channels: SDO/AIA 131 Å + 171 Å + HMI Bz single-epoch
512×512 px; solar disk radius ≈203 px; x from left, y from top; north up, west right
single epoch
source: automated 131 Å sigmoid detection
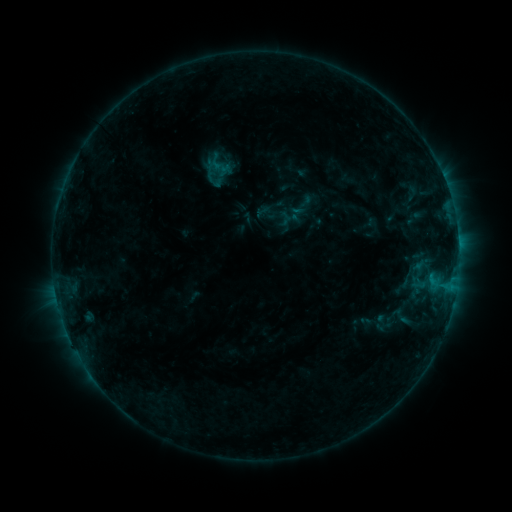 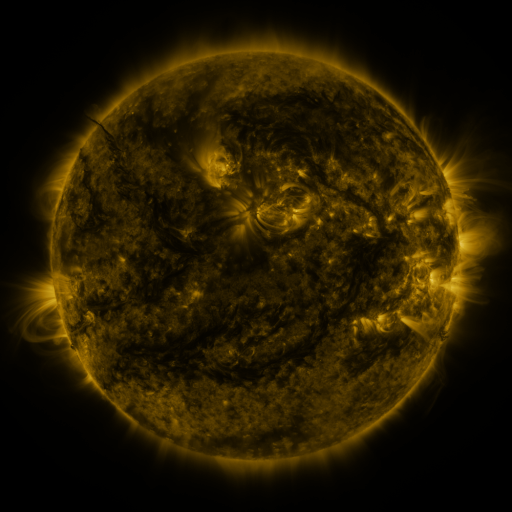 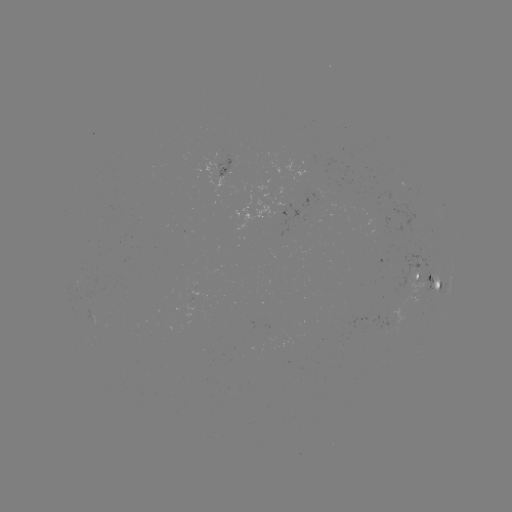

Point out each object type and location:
sigmoid: <bbox>389, 303, 412, 330</bbox>
